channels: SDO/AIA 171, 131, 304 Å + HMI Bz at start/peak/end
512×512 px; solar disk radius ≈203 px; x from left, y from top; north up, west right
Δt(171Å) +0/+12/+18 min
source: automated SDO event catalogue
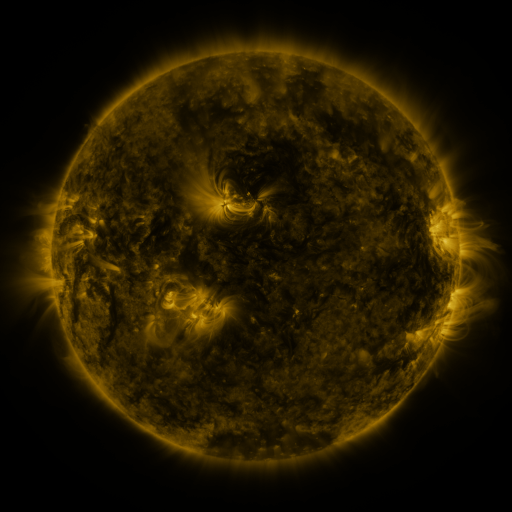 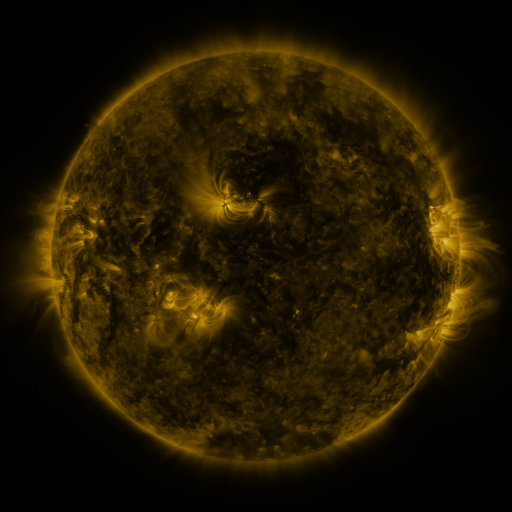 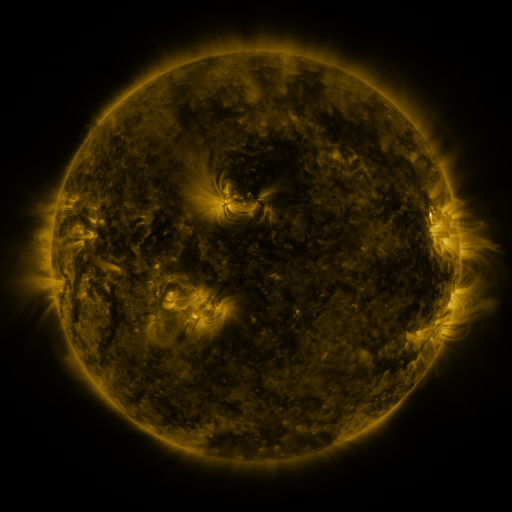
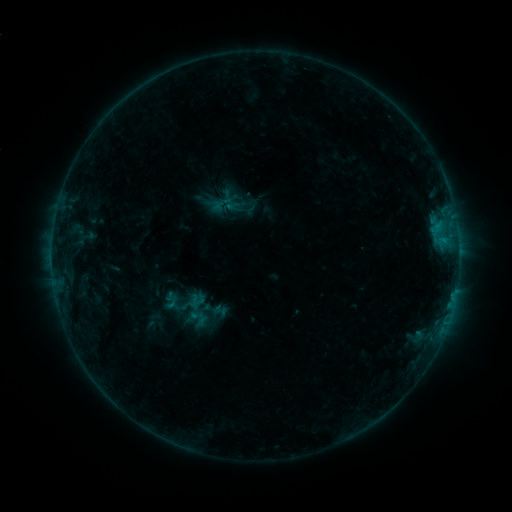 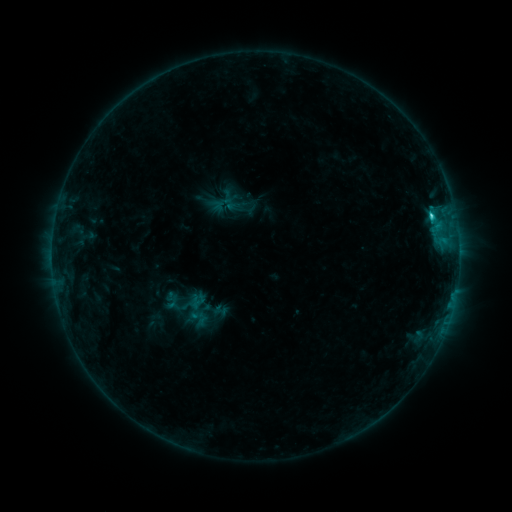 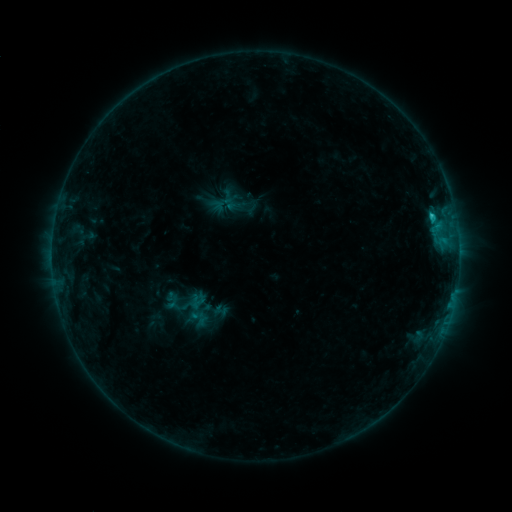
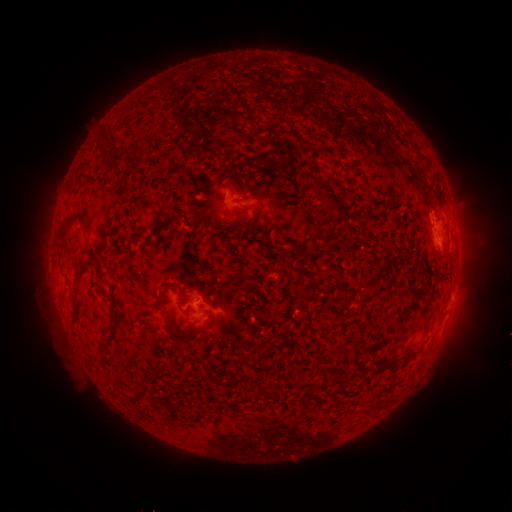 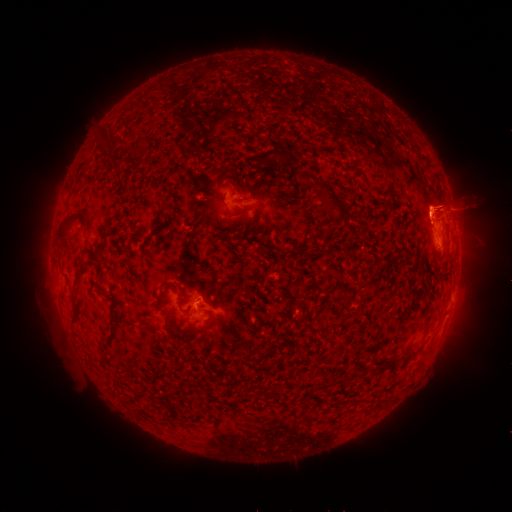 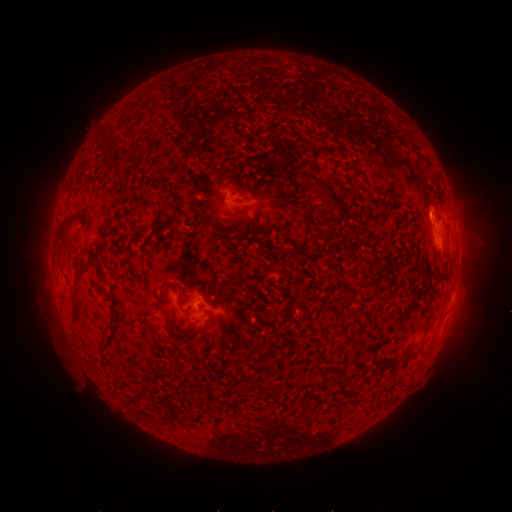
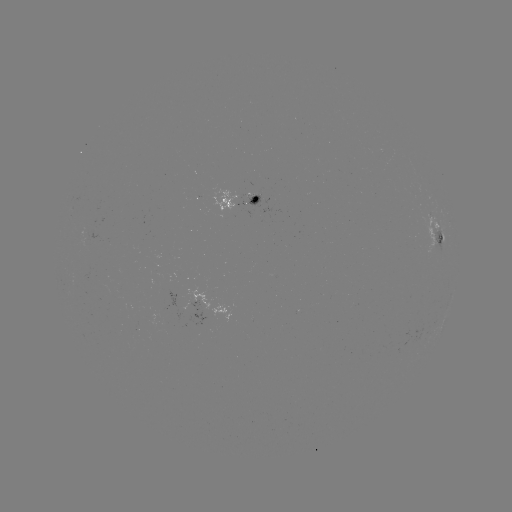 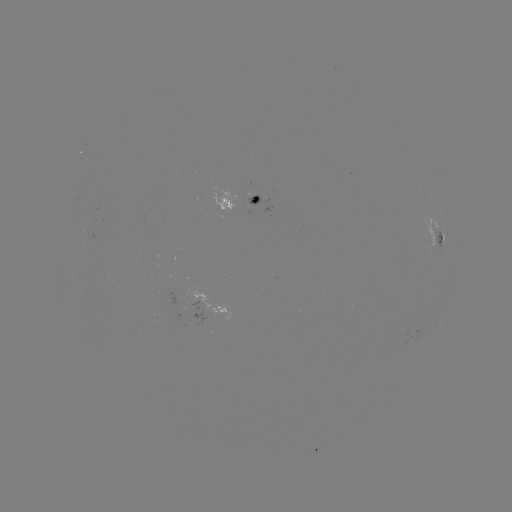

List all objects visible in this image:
C1.2 flare: (430, 217)
